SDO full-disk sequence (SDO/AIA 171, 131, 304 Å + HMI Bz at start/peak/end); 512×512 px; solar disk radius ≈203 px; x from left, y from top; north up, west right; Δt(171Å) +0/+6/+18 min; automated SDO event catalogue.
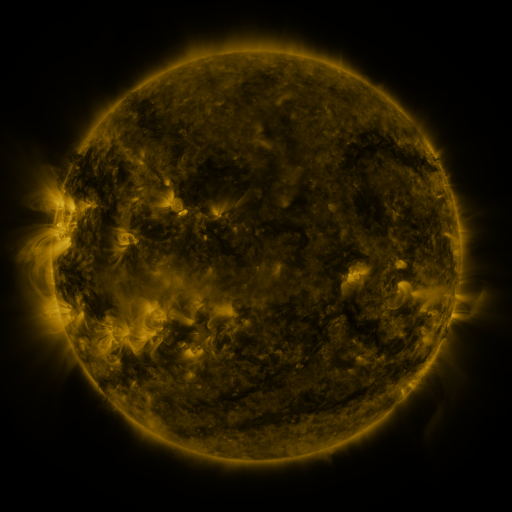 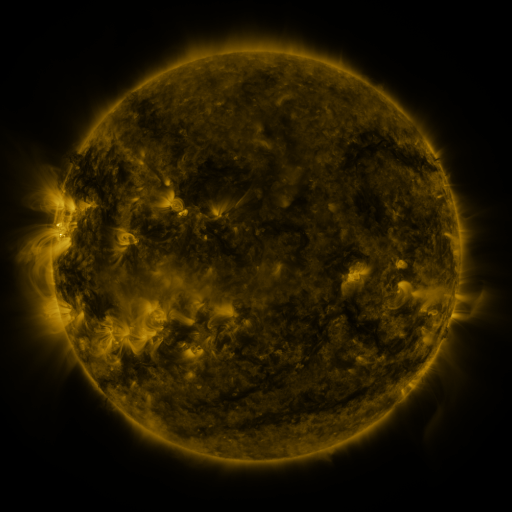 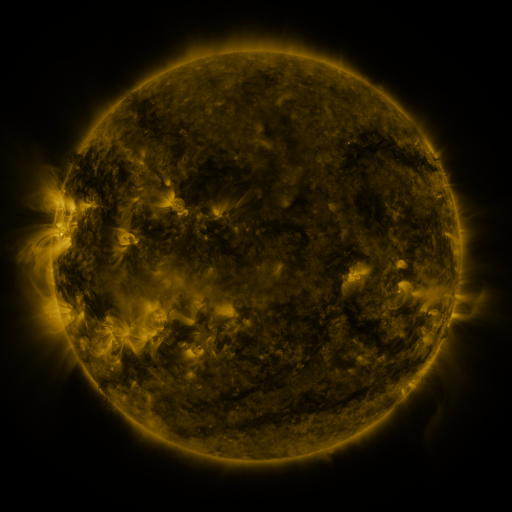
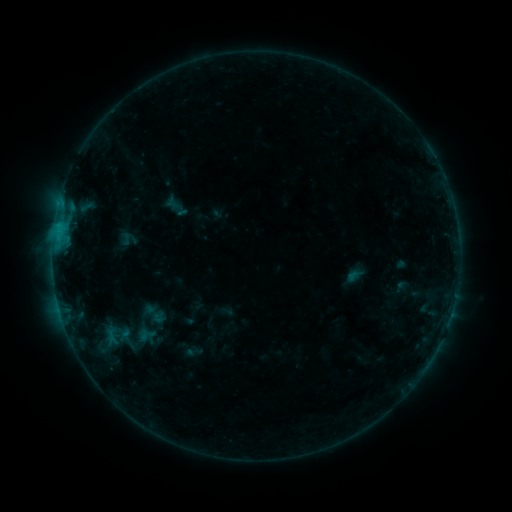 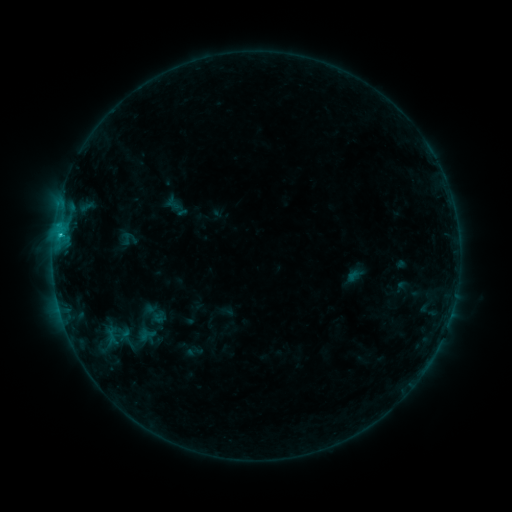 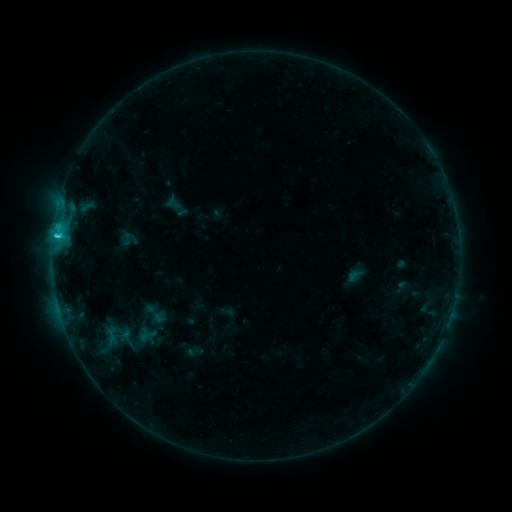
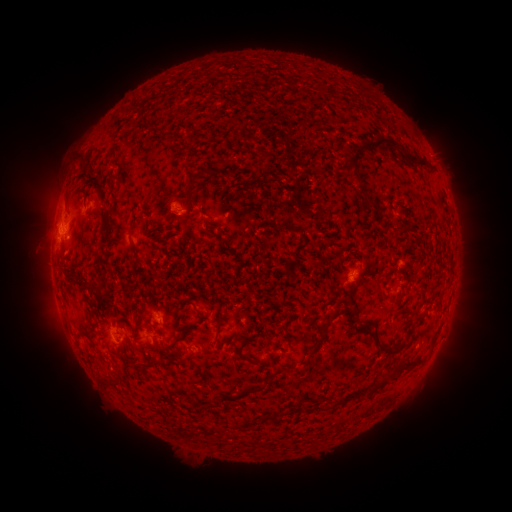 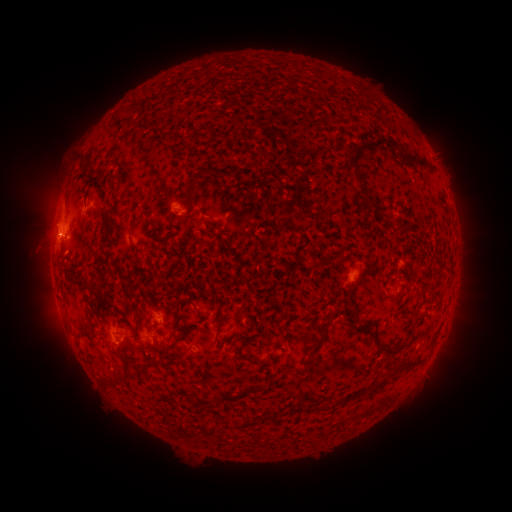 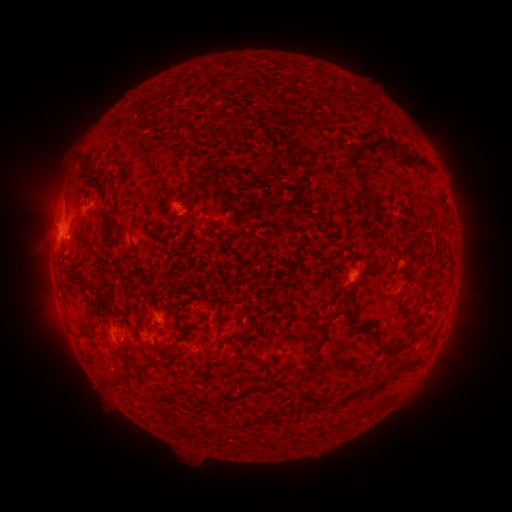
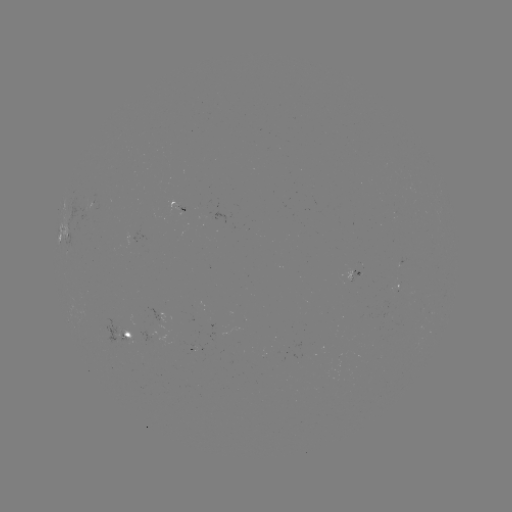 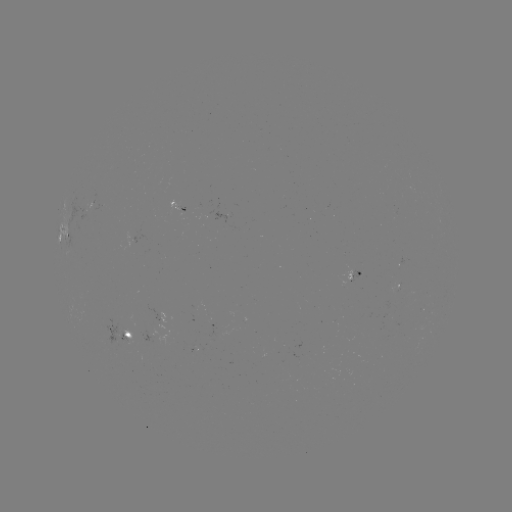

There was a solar flare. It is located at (60, 237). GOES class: C2.3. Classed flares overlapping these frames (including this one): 1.